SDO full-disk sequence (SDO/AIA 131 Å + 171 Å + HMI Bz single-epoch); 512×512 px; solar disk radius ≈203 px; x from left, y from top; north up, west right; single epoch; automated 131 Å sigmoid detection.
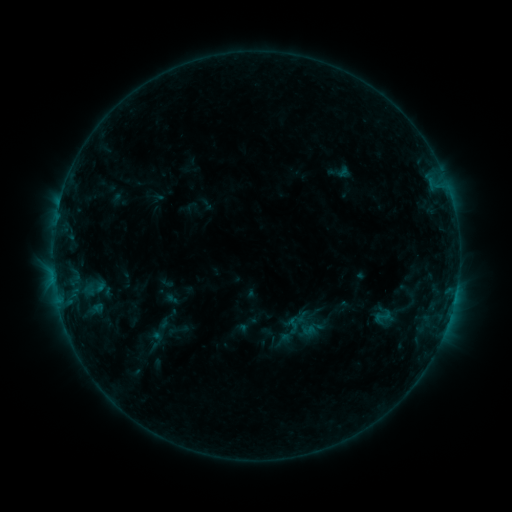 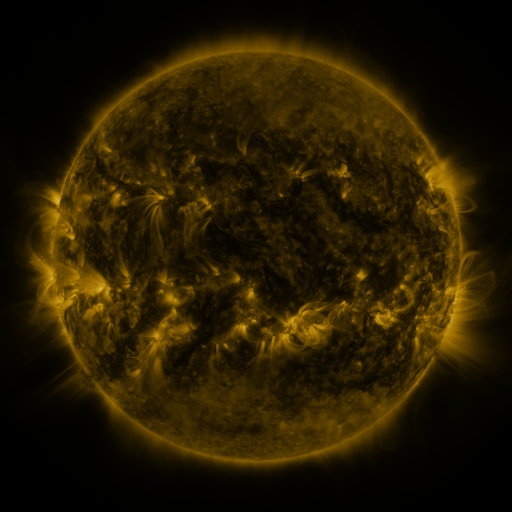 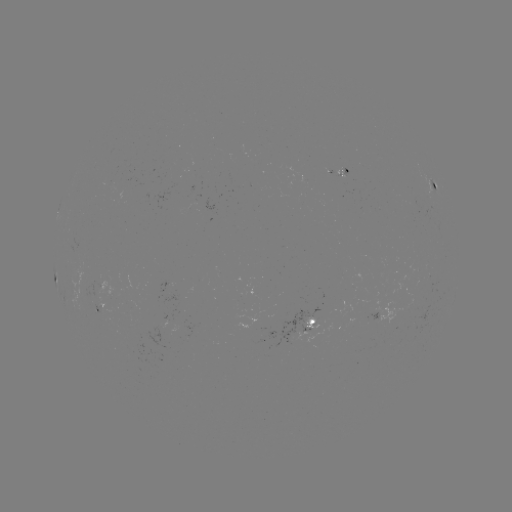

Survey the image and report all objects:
sigmoid: (340, 172)
sigmoid: (382, 316)
sigmoid: (293, 326)
sigmoid: (160, 330)
